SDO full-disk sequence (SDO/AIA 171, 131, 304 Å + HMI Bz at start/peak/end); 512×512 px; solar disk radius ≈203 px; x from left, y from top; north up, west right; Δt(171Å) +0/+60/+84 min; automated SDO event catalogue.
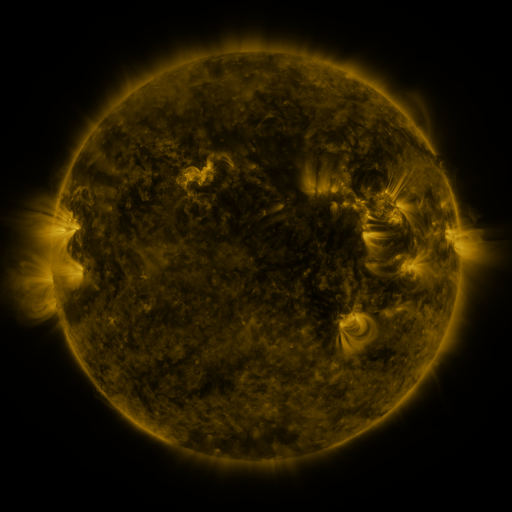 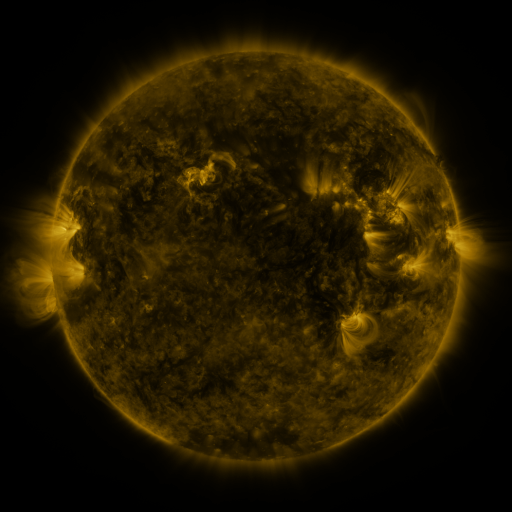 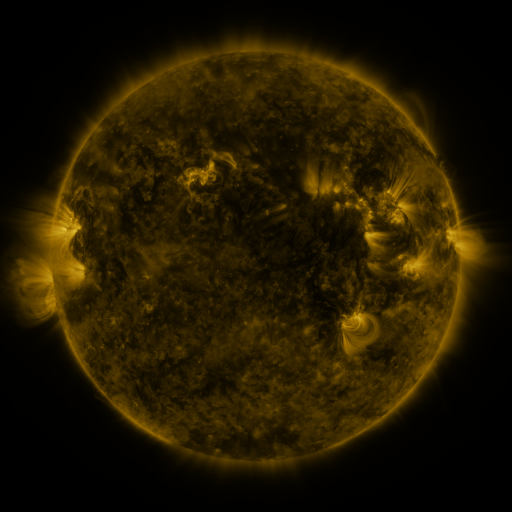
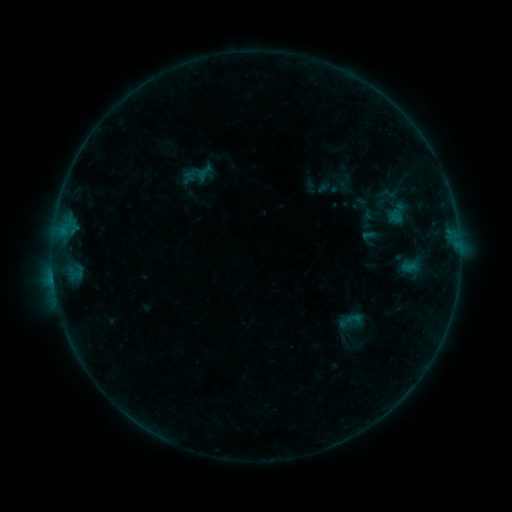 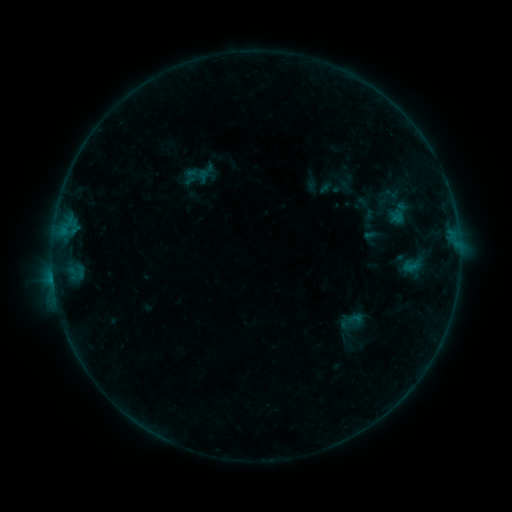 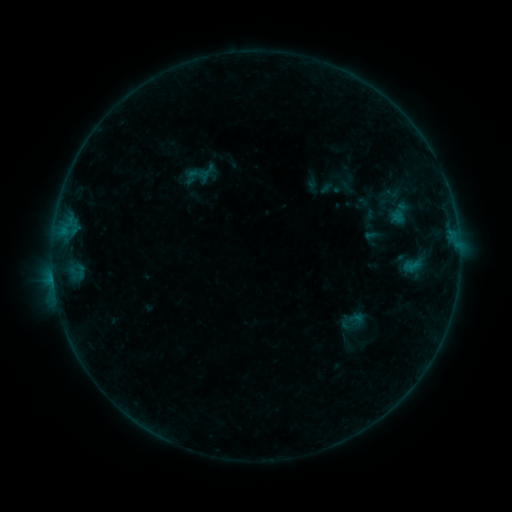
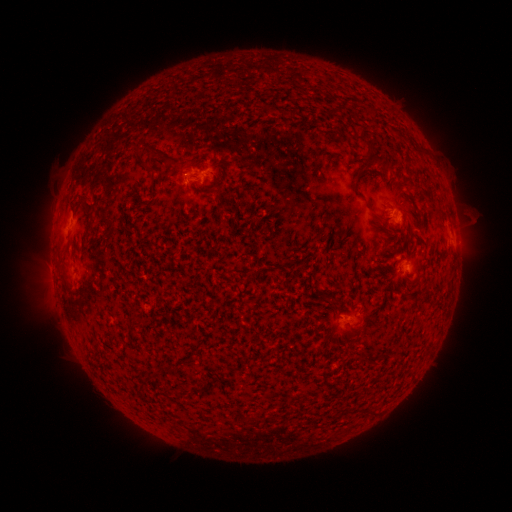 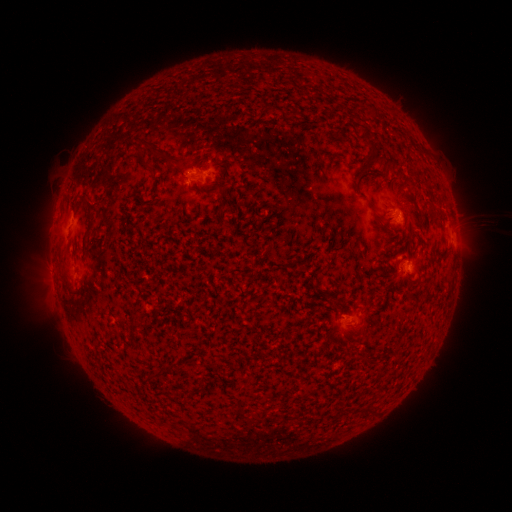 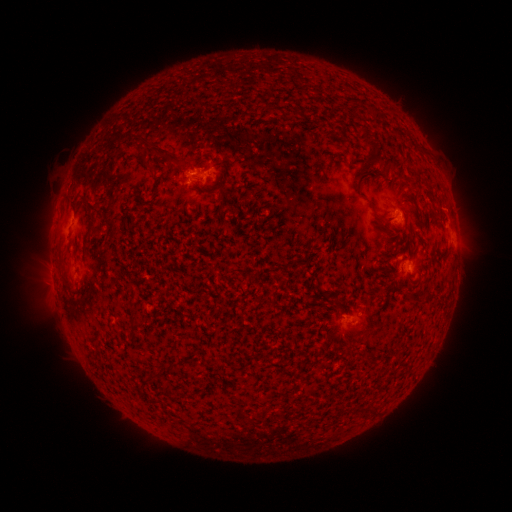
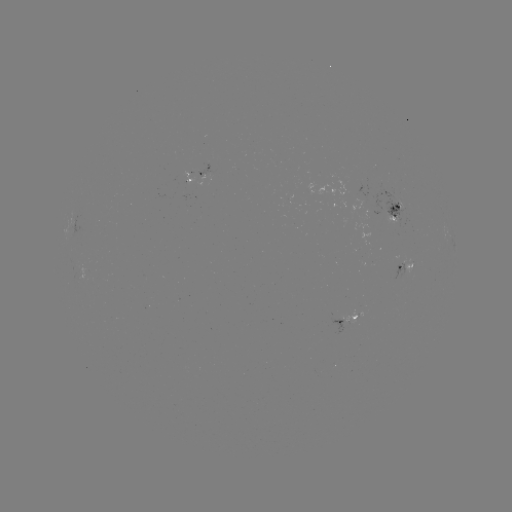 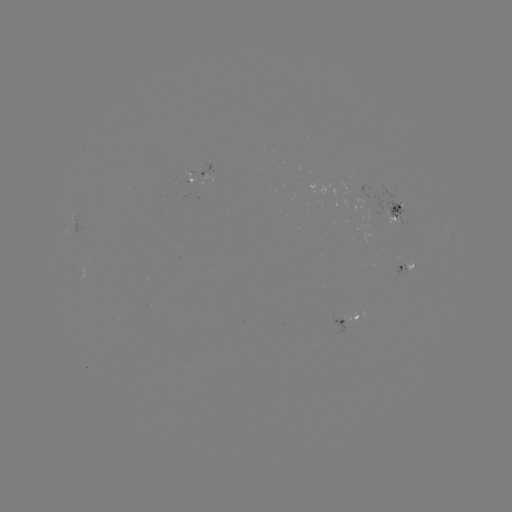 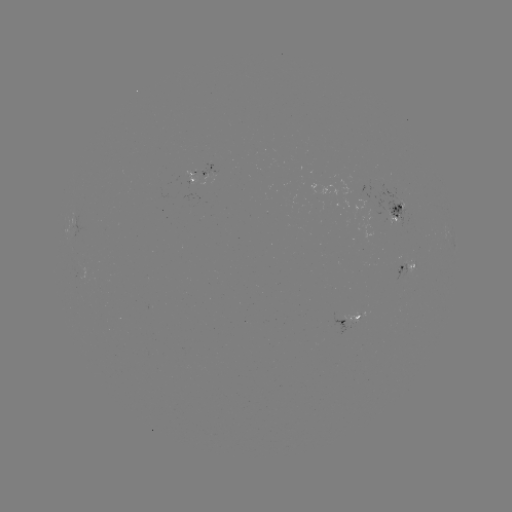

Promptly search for emerging-flux region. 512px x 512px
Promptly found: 399,205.